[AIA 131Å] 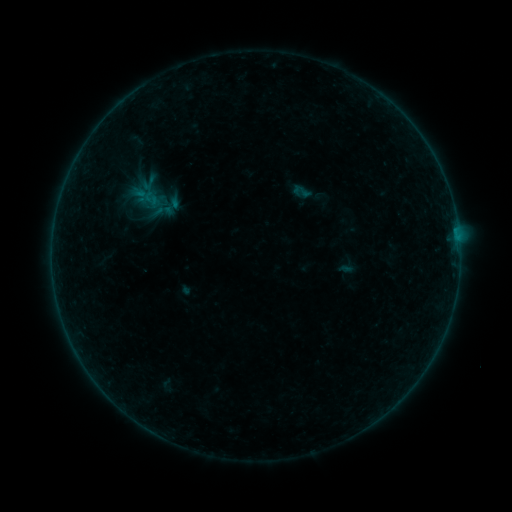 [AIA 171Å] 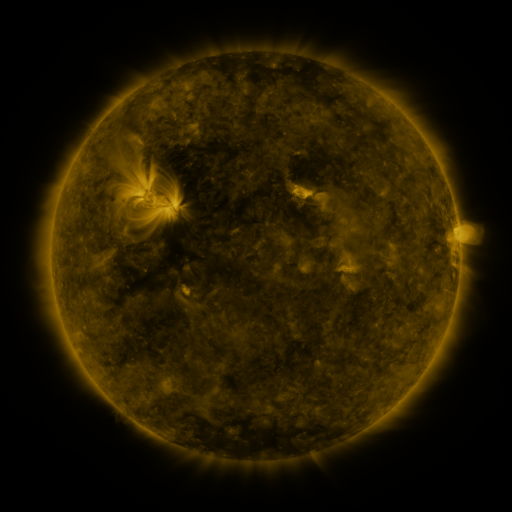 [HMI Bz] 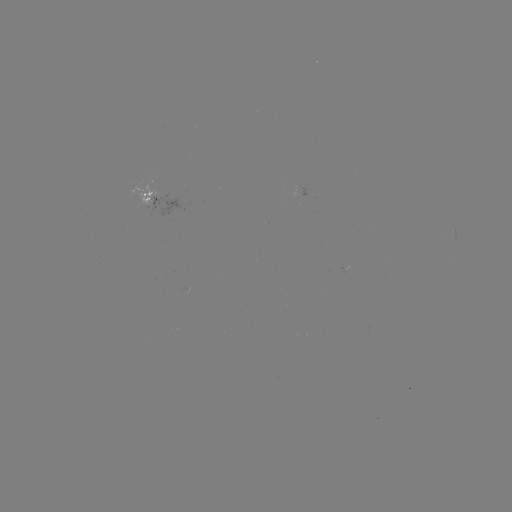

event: sigmoid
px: (301, 191)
